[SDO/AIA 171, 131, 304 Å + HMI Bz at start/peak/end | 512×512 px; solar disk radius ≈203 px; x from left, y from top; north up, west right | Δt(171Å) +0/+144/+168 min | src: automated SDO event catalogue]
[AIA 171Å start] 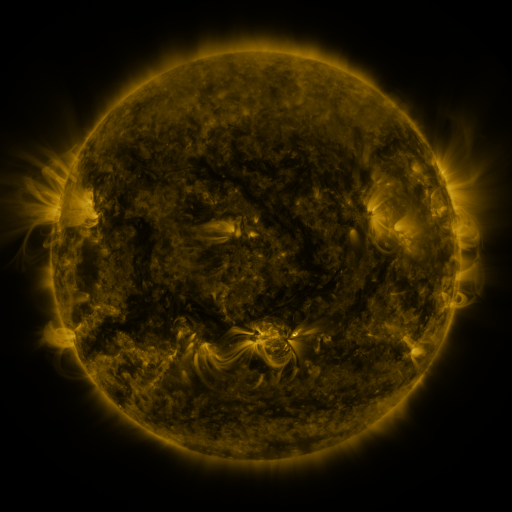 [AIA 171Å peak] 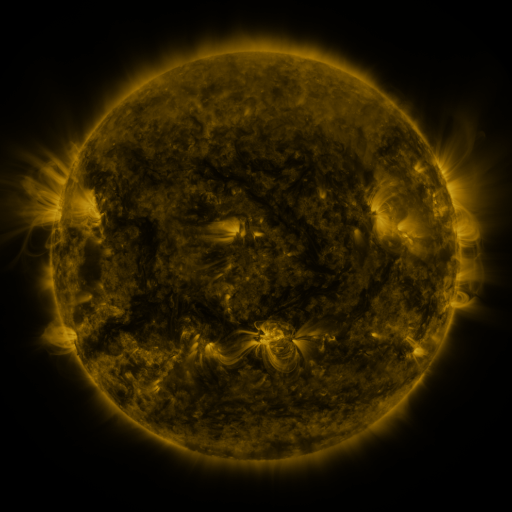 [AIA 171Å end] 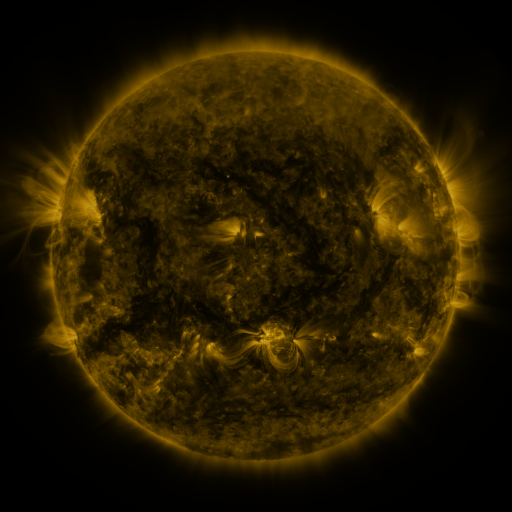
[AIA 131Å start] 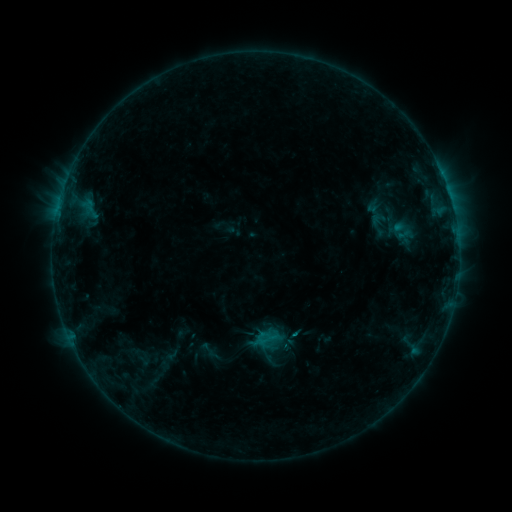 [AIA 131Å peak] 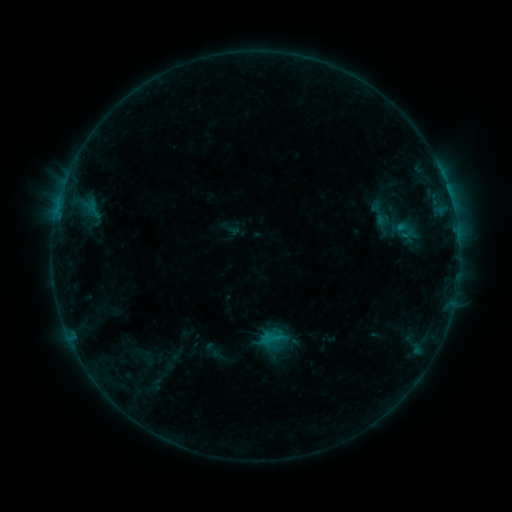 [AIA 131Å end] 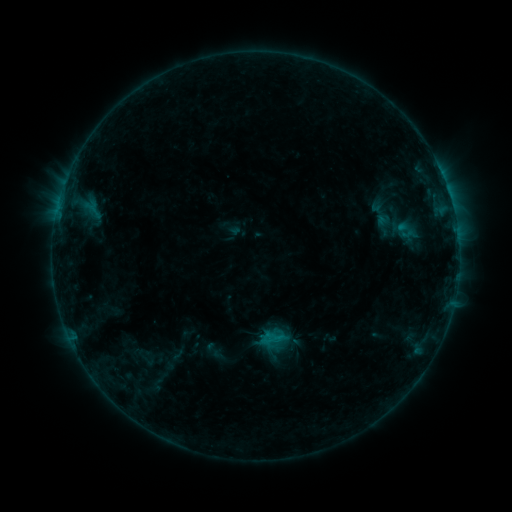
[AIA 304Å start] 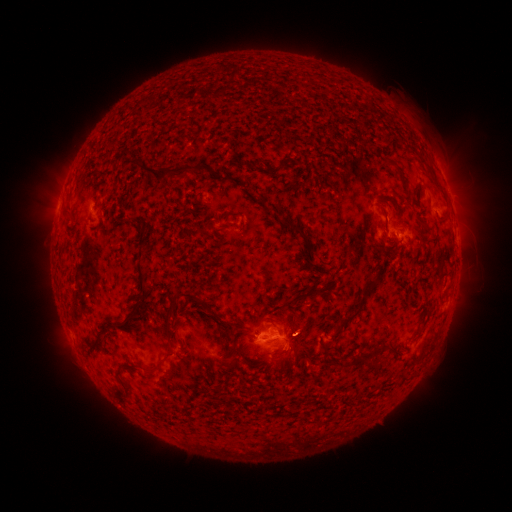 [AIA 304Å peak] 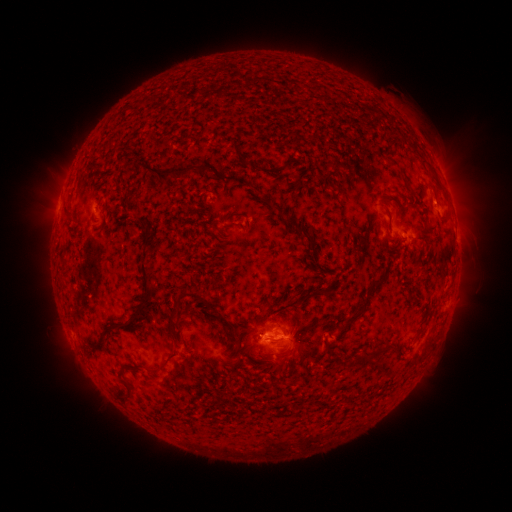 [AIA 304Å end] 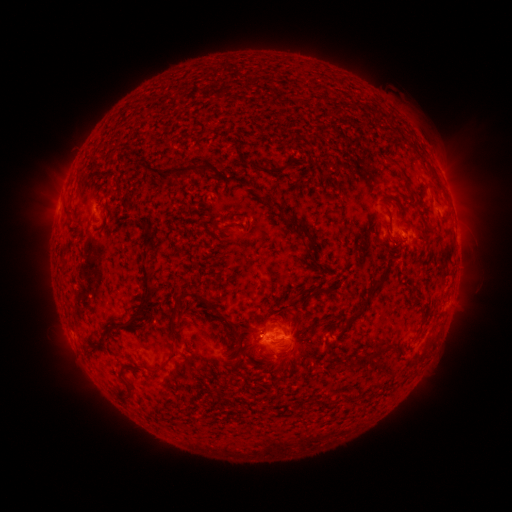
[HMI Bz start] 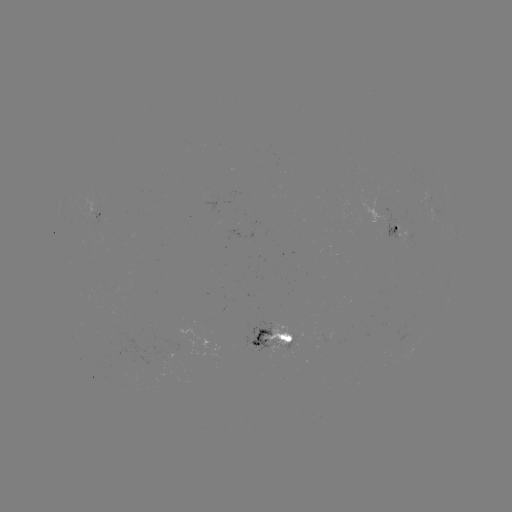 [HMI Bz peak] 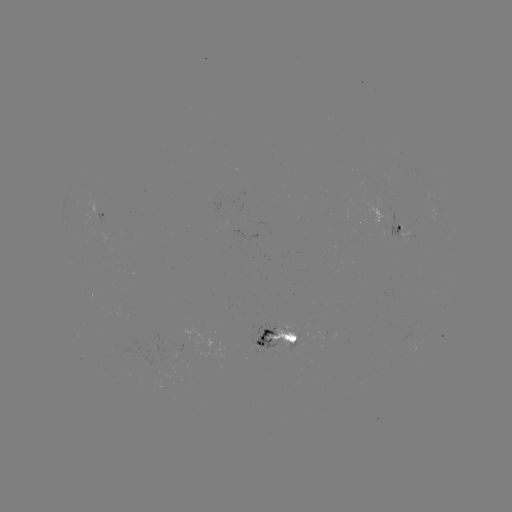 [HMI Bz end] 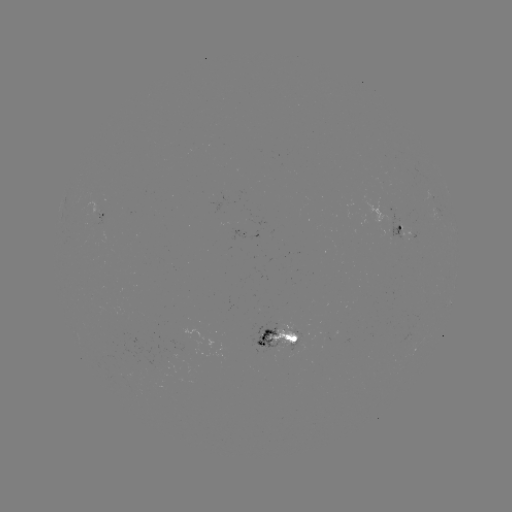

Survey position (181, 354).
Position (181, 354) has emerging-flux region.